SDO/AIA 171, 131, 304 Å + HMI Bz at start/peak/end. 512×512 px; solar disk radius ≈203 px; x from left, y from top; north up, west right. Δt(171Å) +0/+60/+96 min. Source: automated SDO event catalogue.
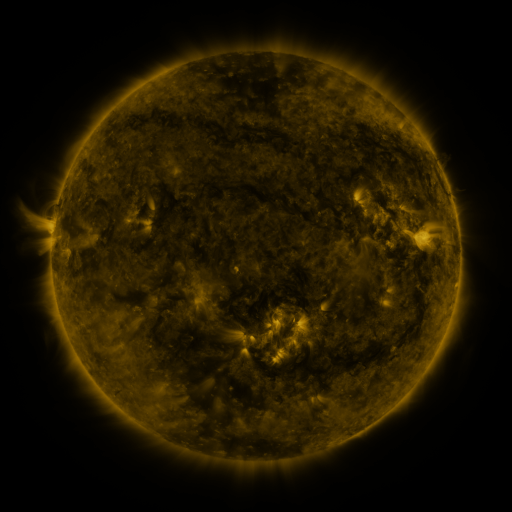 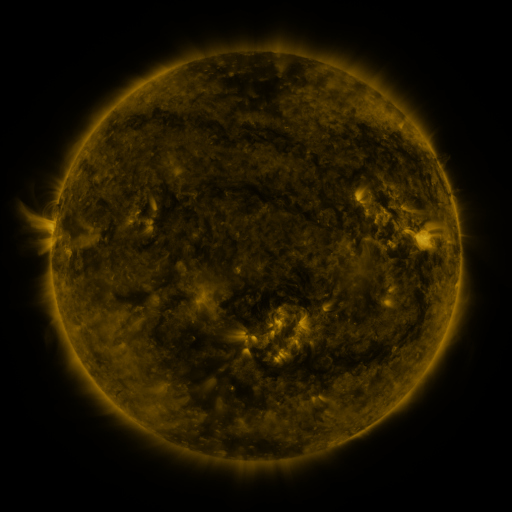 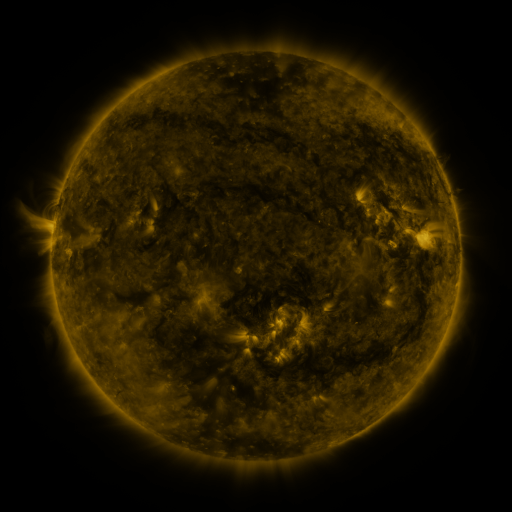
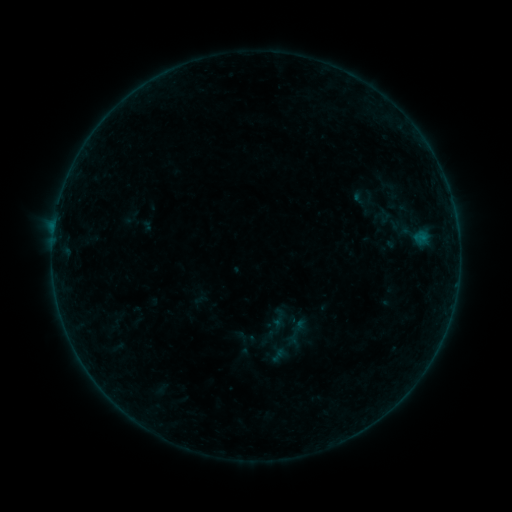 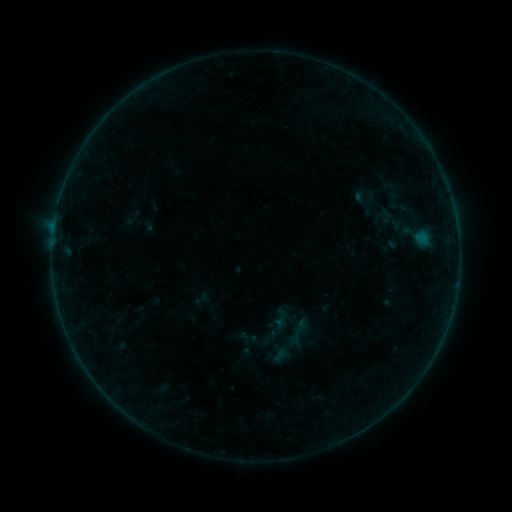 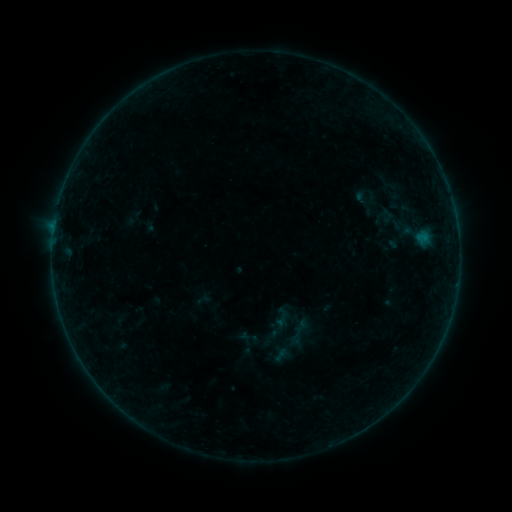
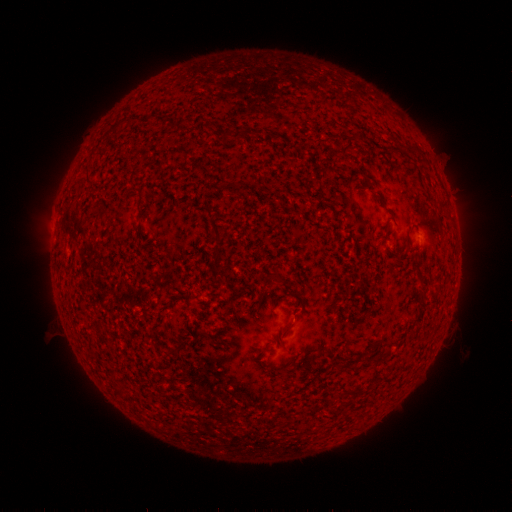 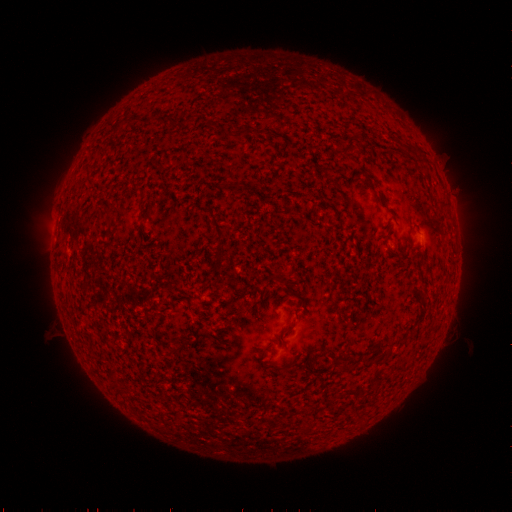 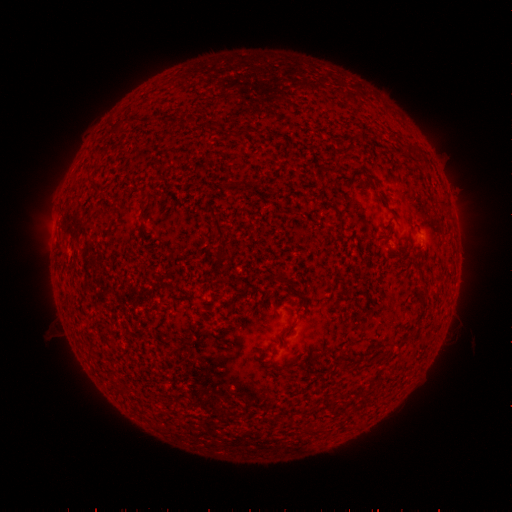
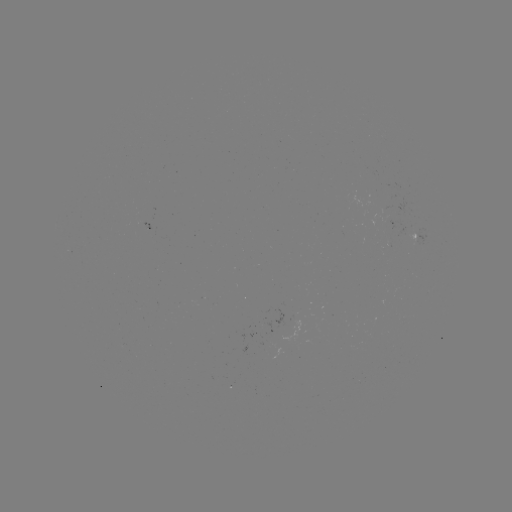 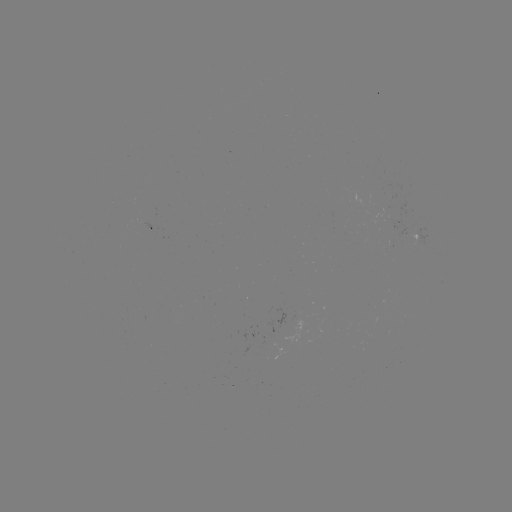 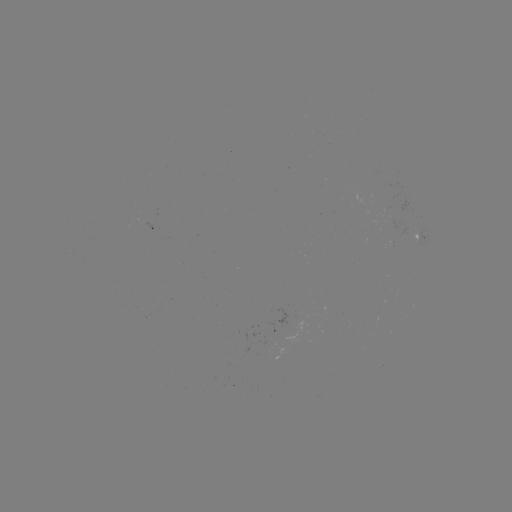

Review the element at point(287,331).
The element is emerging-flux region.